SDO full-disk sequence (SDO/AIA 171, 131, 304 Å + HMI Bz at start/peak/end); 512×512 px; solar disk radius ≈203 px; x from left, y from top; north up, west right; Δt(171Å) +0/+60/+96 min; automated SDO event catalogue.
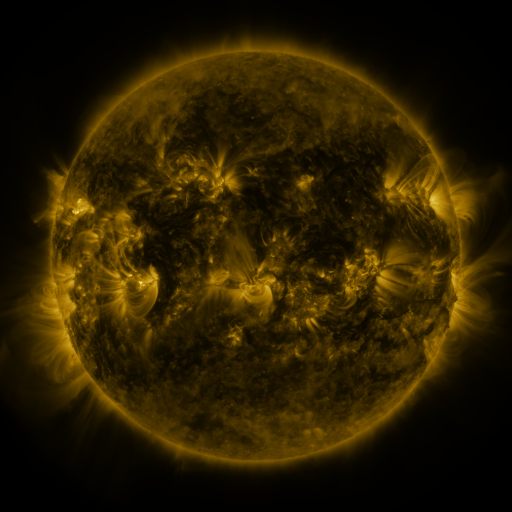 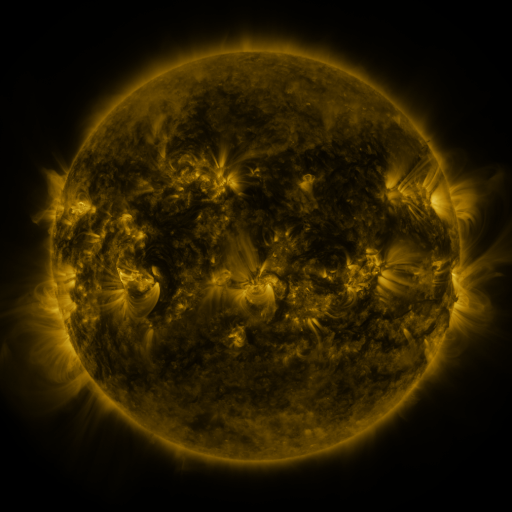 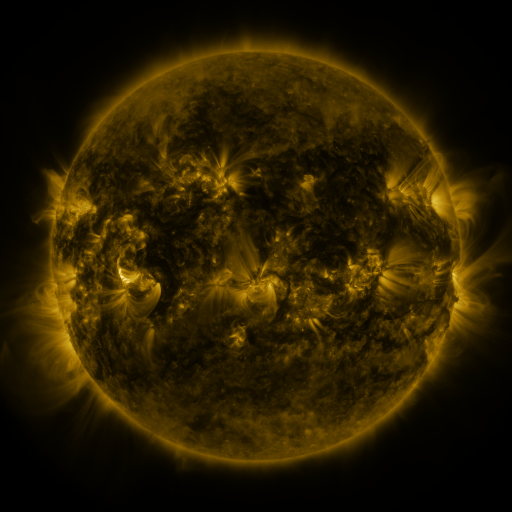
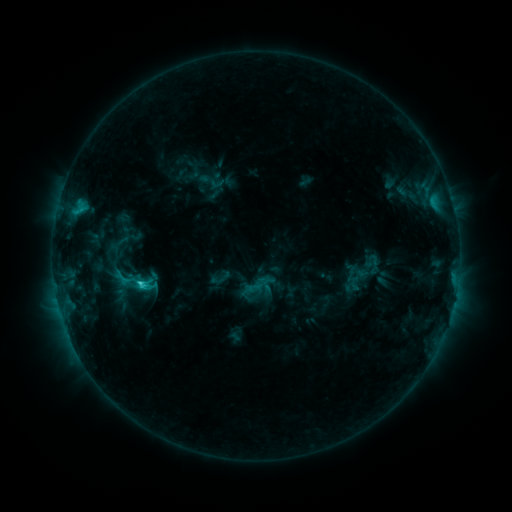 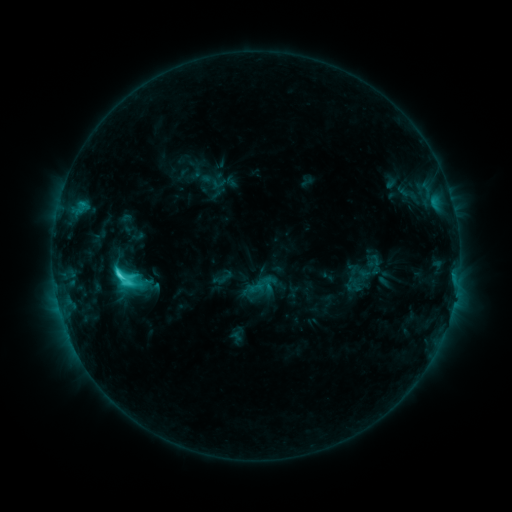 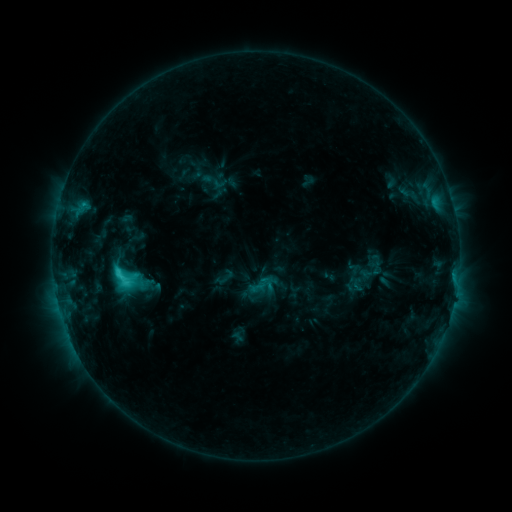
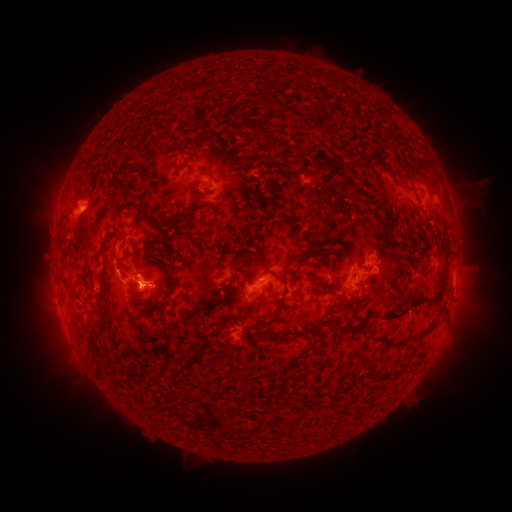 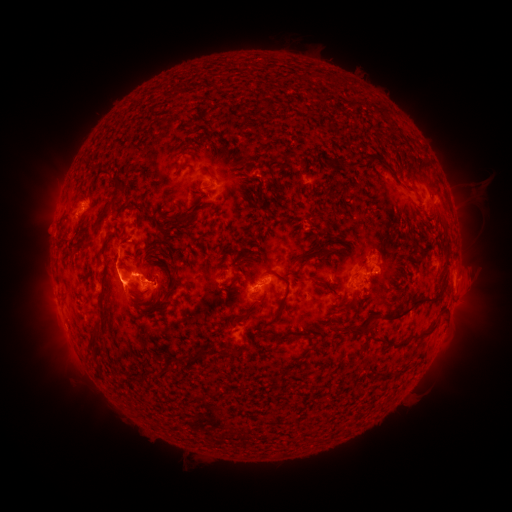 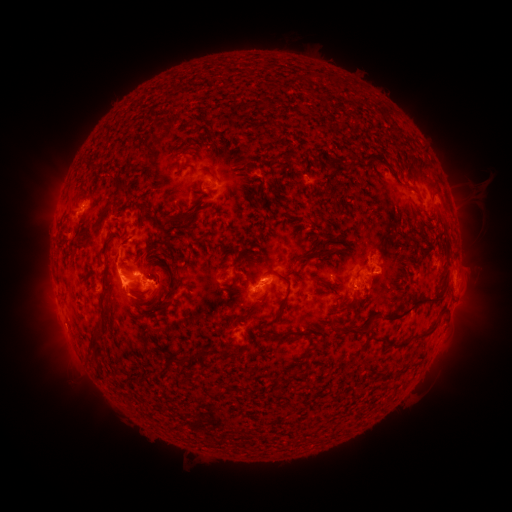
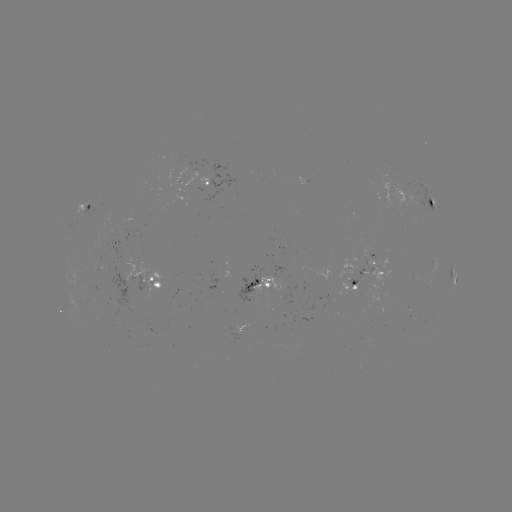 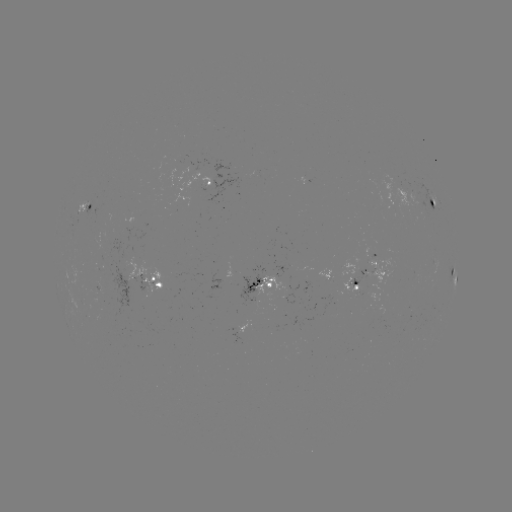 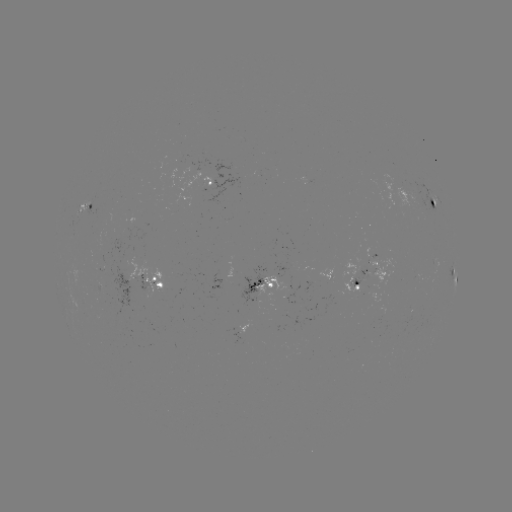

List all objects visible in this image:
emerging-flux region: (417, 275)
